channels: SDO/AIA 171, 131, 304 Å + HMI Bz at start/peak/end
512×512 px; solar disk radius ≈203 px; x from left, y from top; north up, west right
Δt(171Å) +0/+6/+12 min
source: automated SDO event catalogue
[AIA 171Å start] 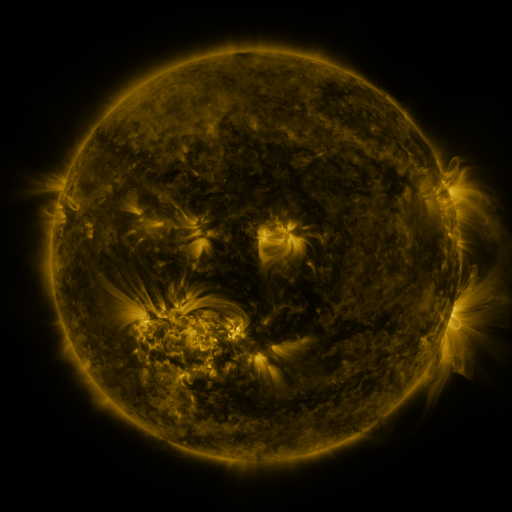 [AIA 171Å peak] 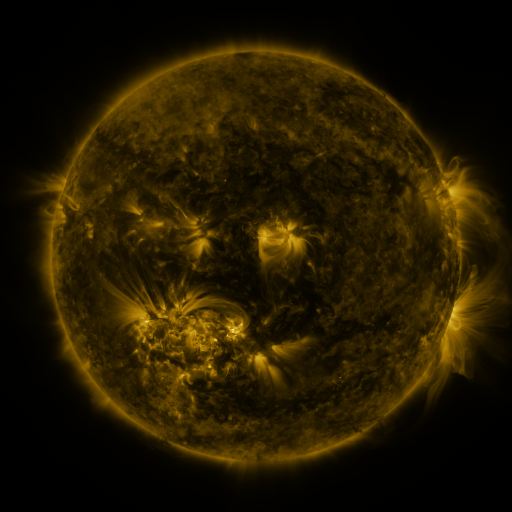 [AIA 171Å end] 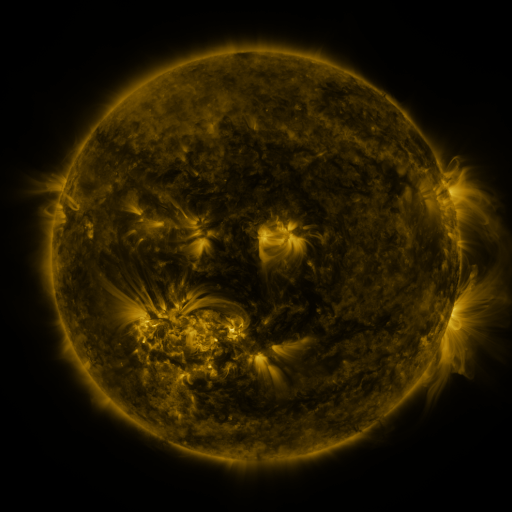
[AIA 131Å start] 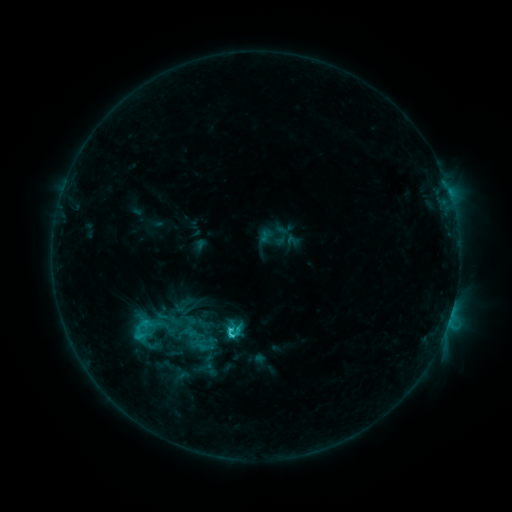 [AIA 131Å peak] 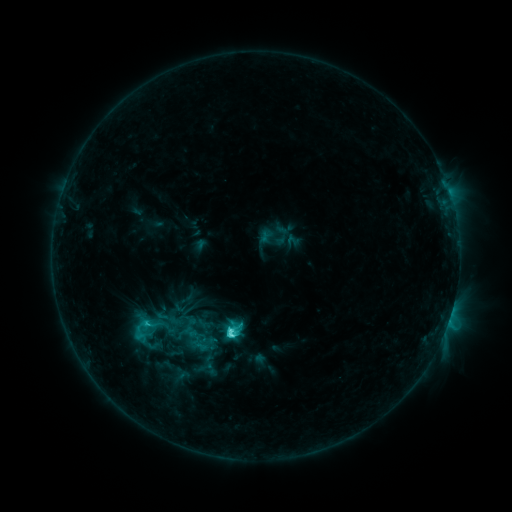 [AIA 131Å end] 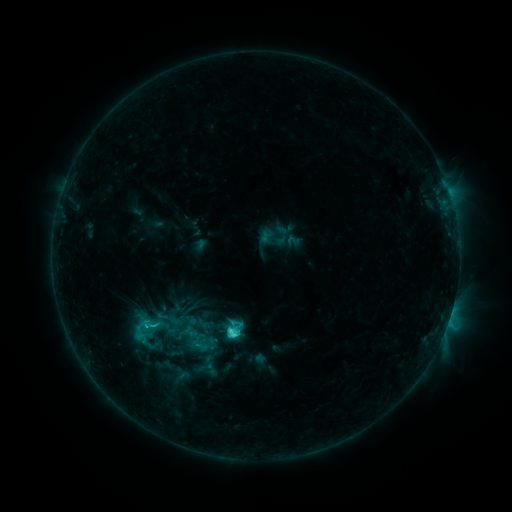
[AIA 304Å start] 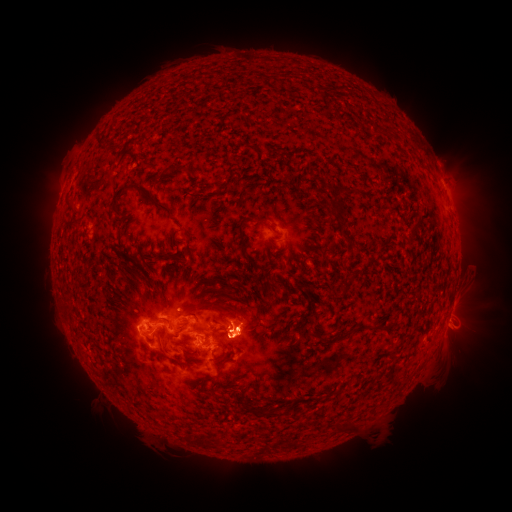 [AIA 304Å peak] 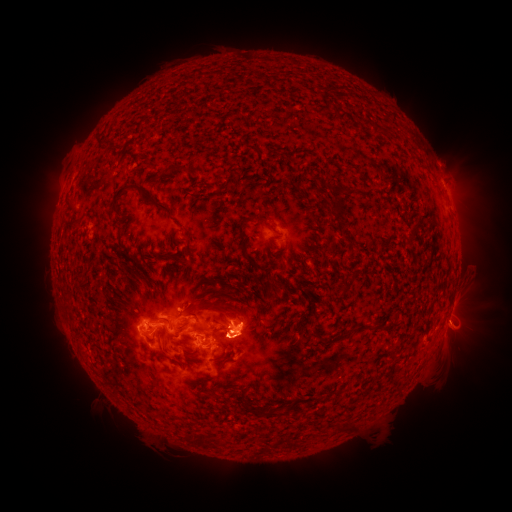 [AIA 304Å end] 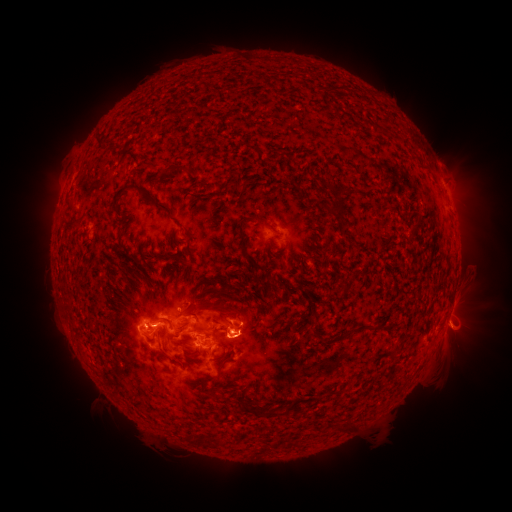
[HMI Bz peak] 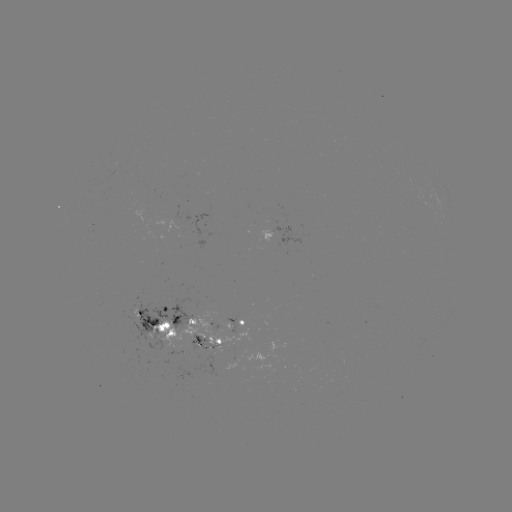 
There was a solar eruption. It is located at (459, 321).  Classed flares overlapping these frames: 1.